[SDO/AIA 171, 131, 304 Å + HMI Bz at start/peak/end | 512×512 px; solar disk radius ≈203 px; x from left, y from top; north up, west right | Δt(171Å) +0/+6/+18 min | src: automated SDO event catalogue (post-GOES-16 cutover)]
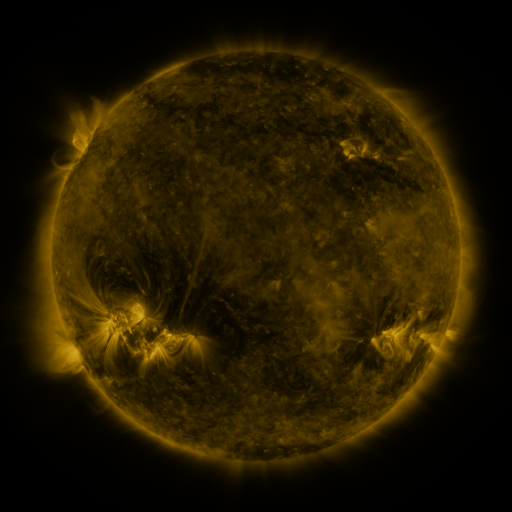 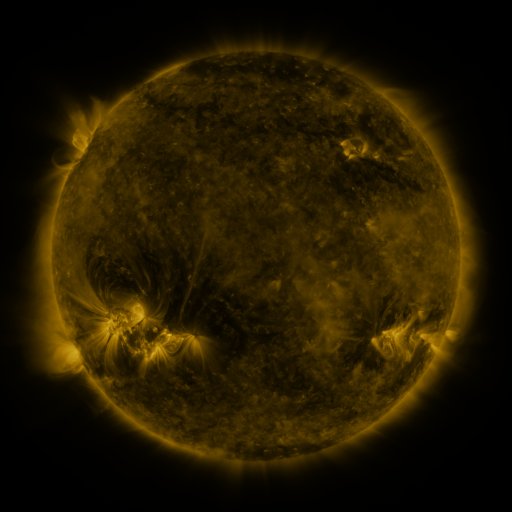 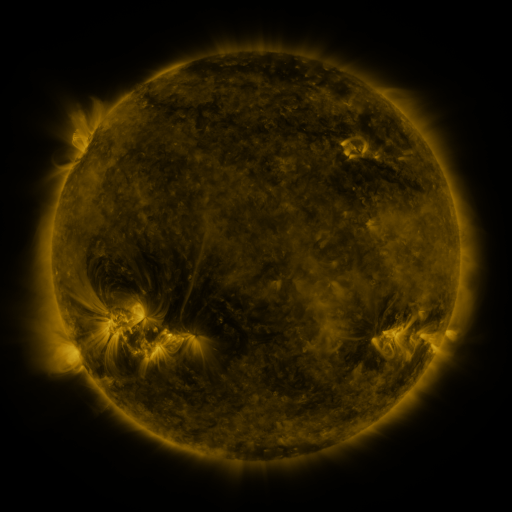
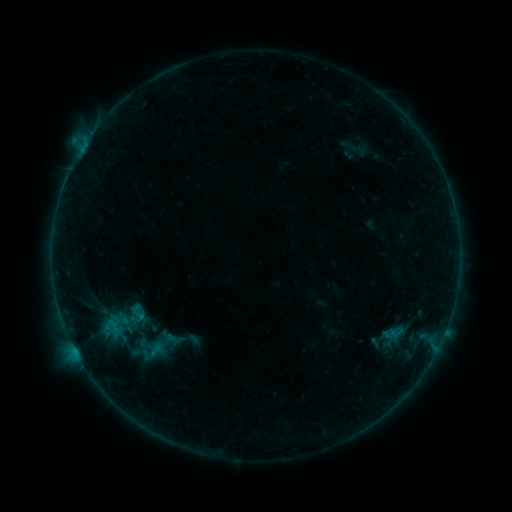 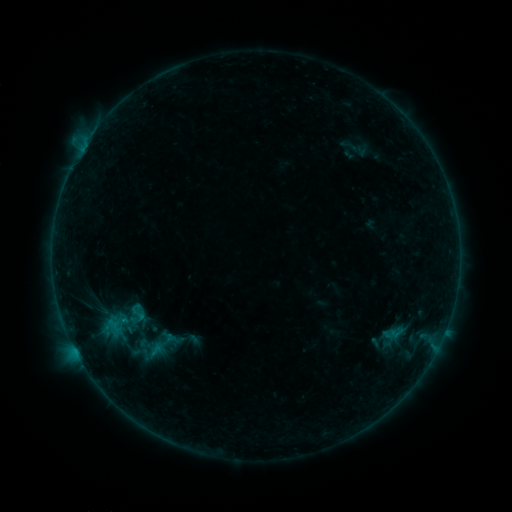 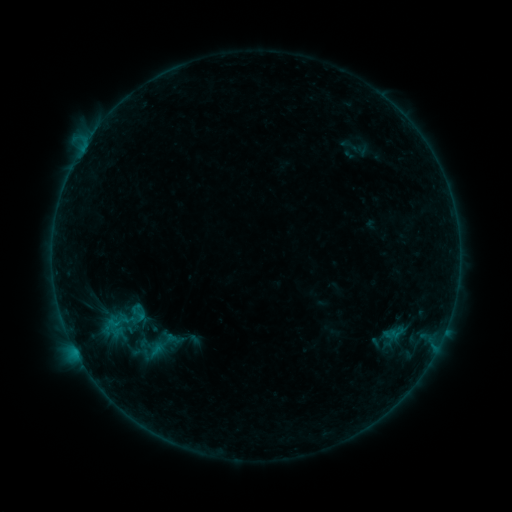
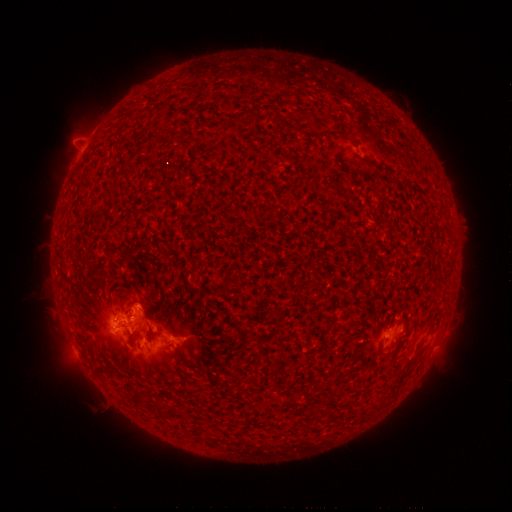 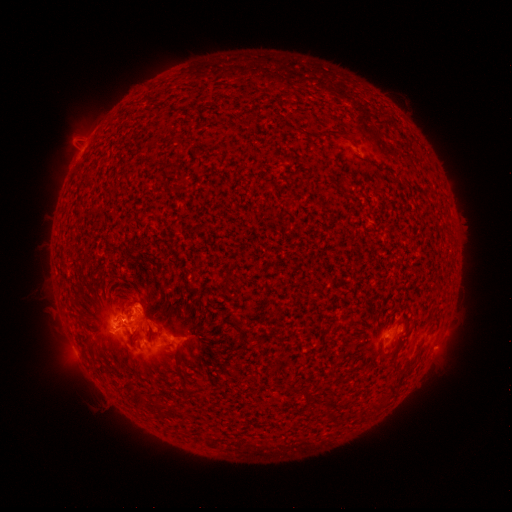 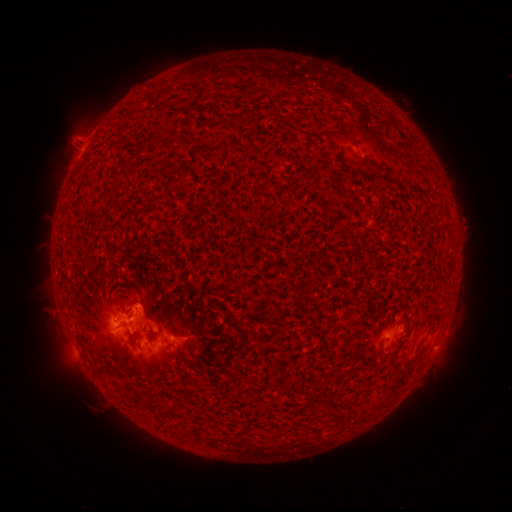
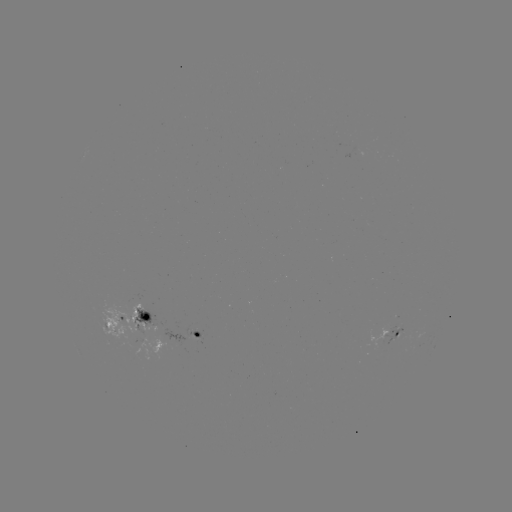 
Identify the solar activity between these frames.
B7.3 flare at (118, 322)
